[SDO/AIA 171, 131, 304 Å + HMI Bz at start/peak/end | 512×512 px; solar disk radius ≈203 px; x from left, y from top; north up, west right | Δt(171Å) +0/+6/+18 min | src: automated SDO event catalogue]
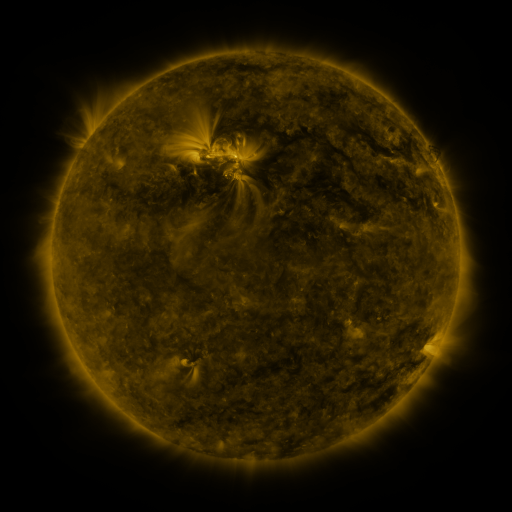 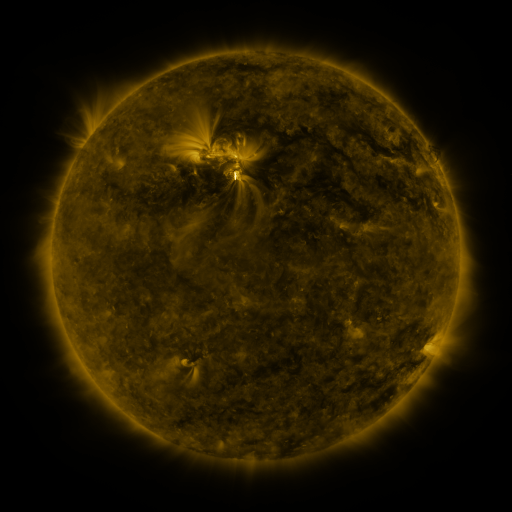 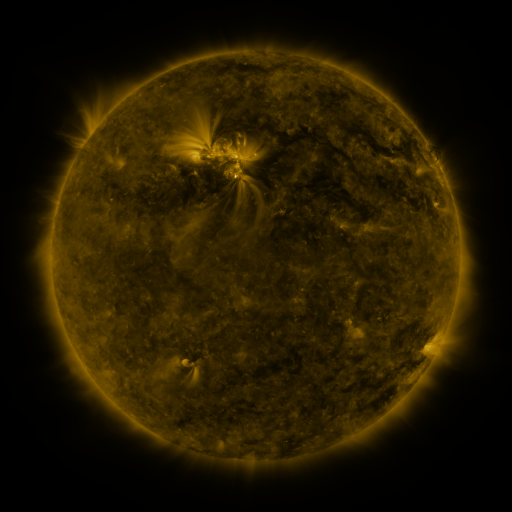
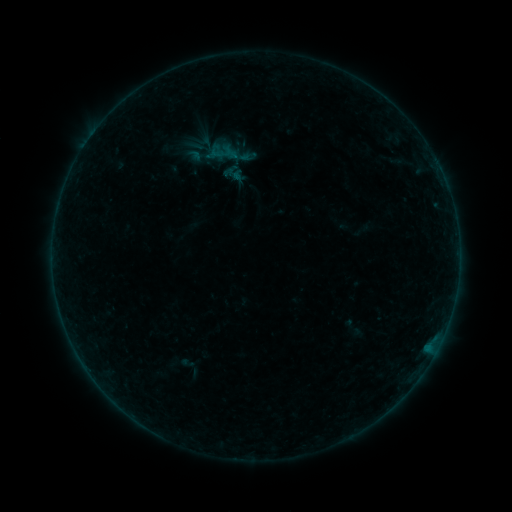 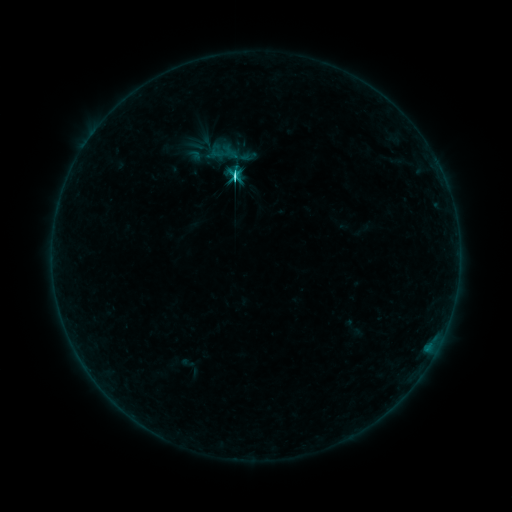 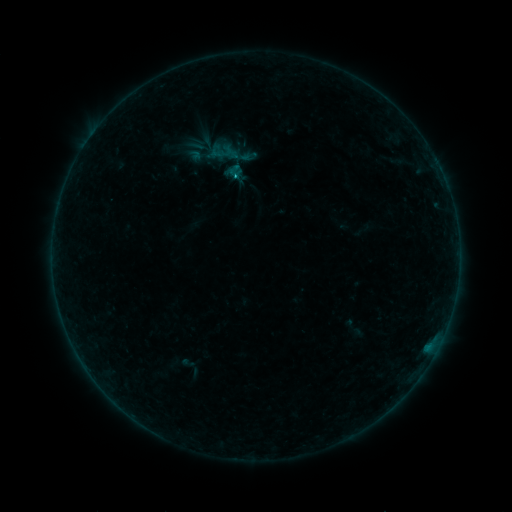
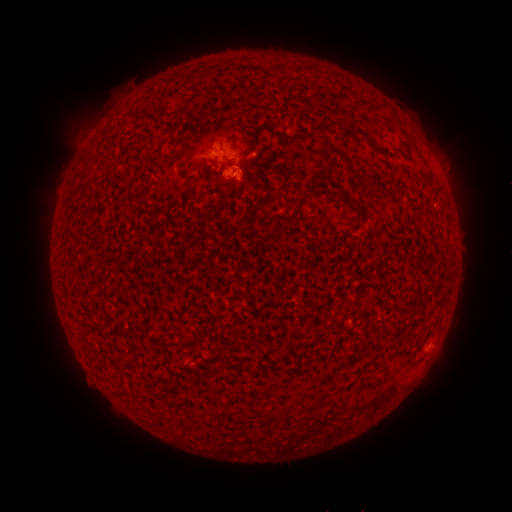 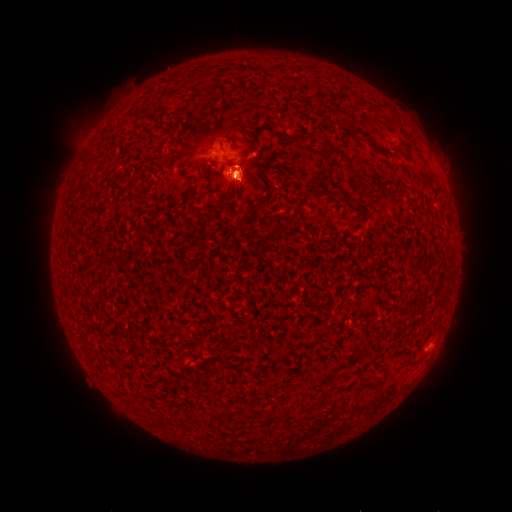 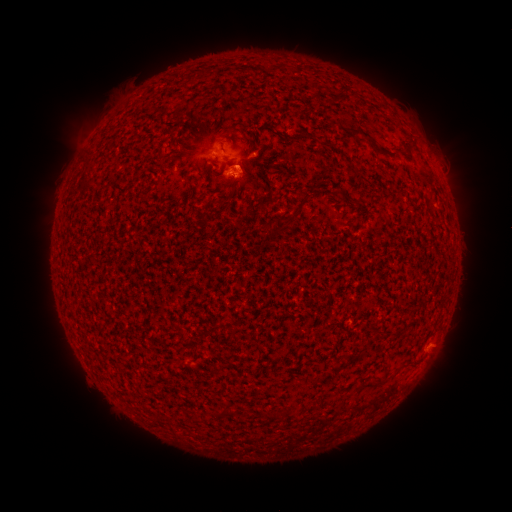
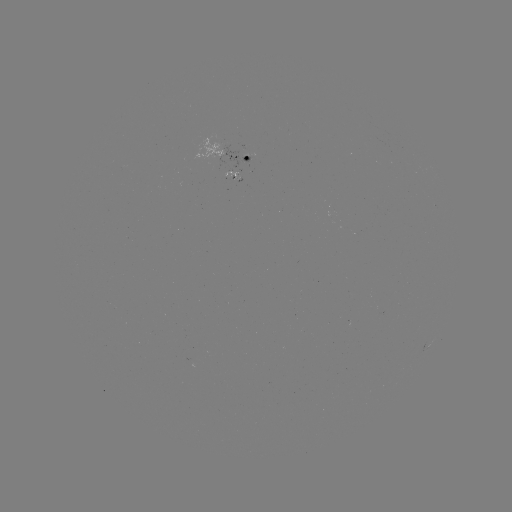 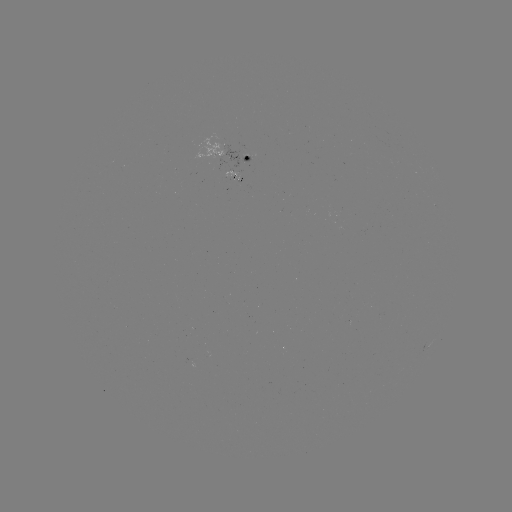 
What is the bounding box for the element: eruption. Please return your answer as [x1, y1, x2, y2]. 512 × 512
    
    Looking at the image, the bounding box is [197, 134, 276, 220].